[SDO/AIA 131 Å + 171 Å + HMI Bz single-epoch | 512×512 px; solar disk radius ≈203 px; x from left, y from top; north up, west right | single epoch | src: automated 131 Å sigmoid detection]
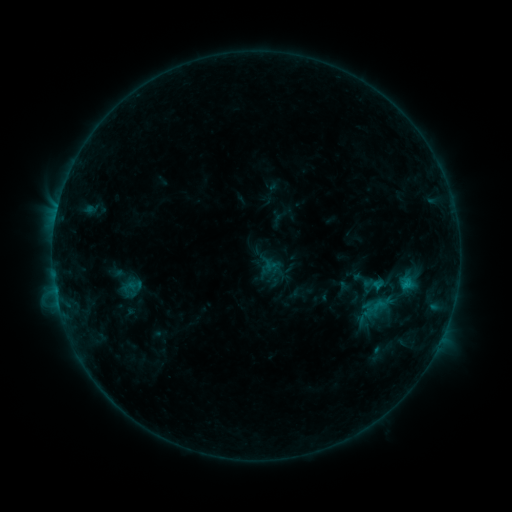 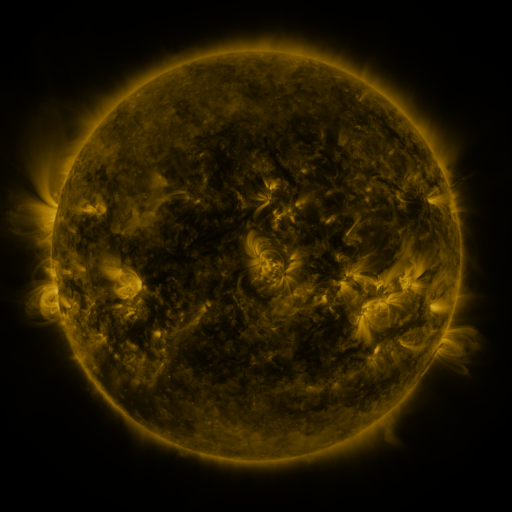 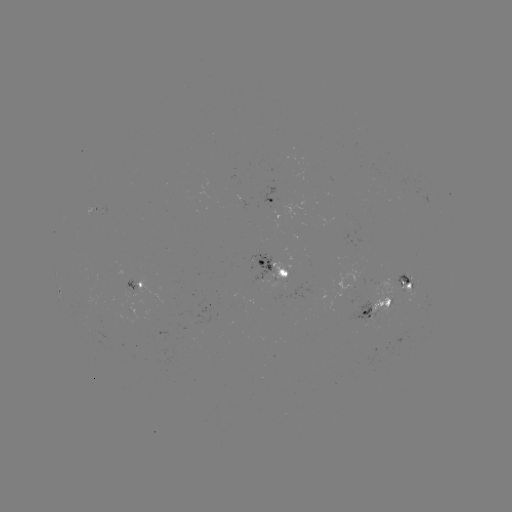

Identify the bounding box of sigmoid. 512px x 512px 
[364, 277, 380, 295].